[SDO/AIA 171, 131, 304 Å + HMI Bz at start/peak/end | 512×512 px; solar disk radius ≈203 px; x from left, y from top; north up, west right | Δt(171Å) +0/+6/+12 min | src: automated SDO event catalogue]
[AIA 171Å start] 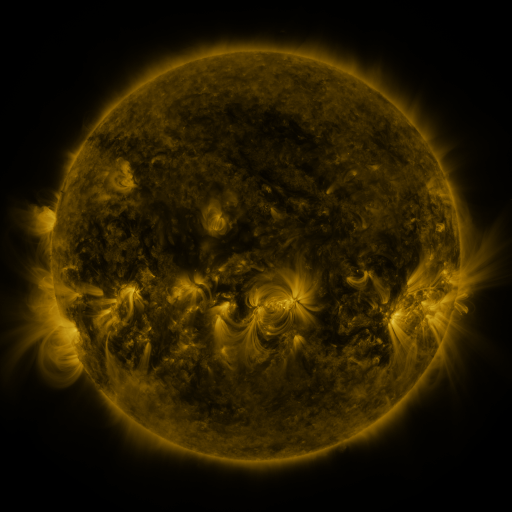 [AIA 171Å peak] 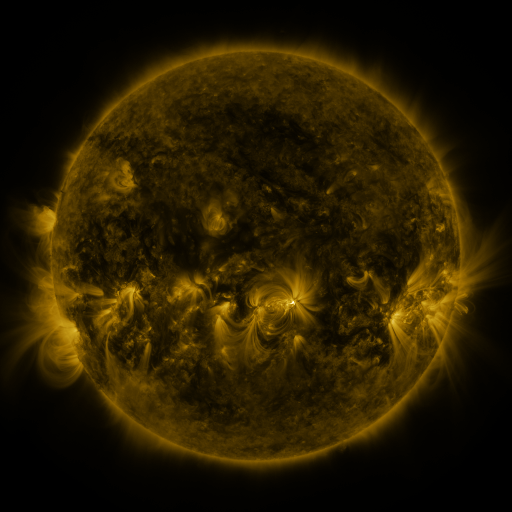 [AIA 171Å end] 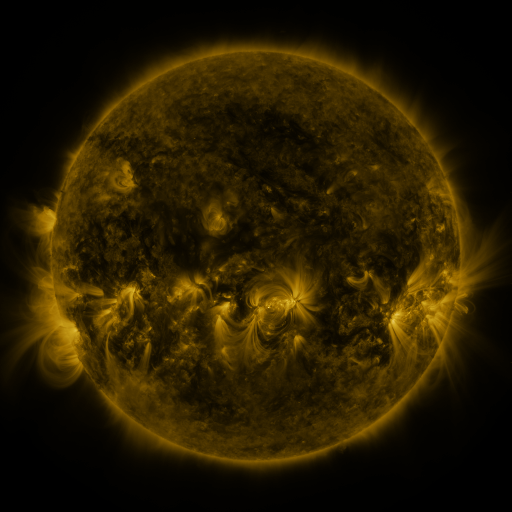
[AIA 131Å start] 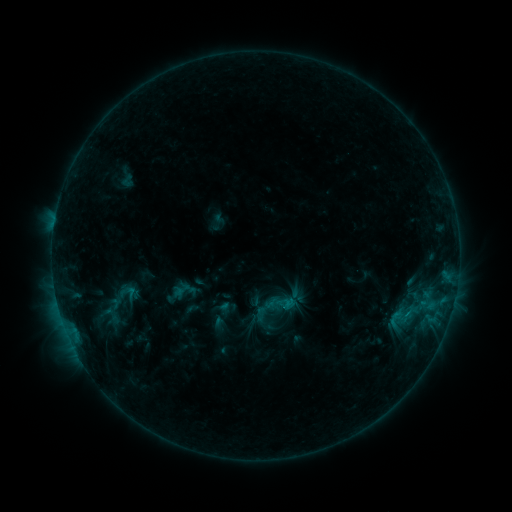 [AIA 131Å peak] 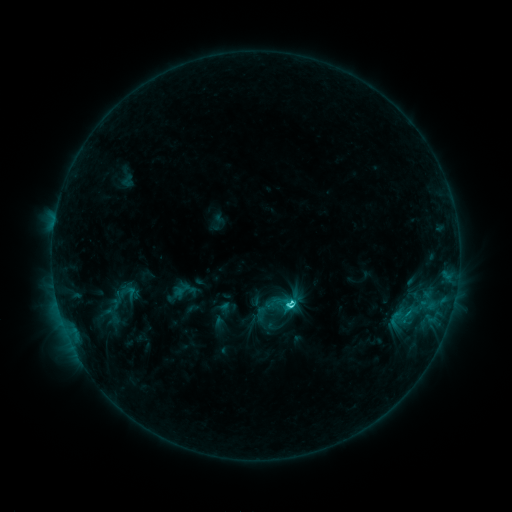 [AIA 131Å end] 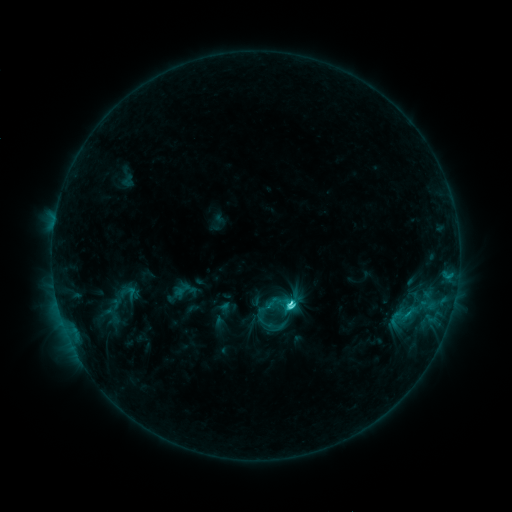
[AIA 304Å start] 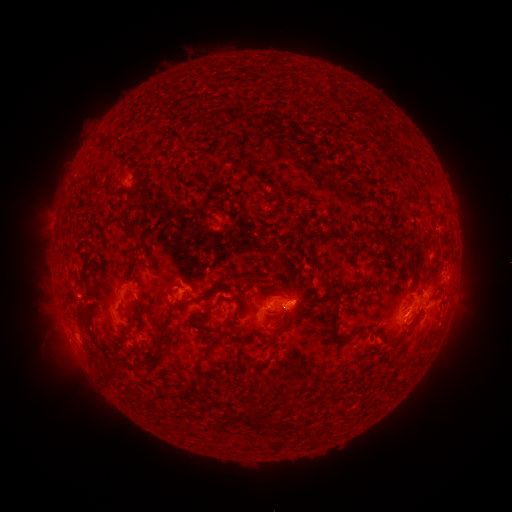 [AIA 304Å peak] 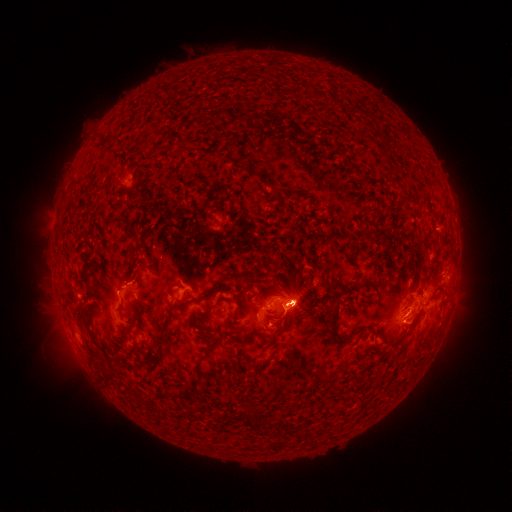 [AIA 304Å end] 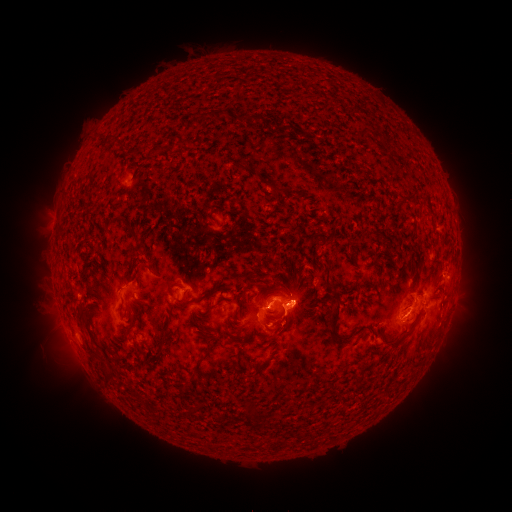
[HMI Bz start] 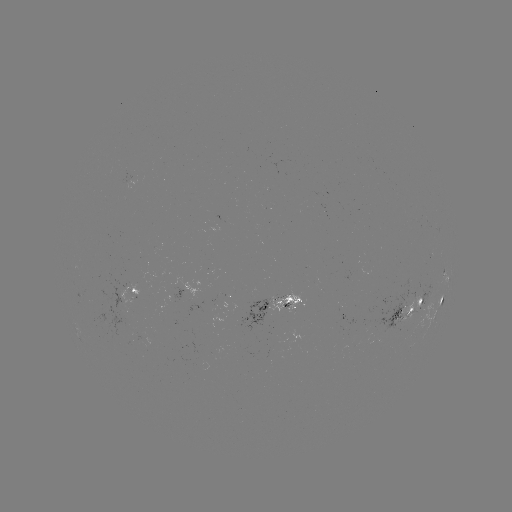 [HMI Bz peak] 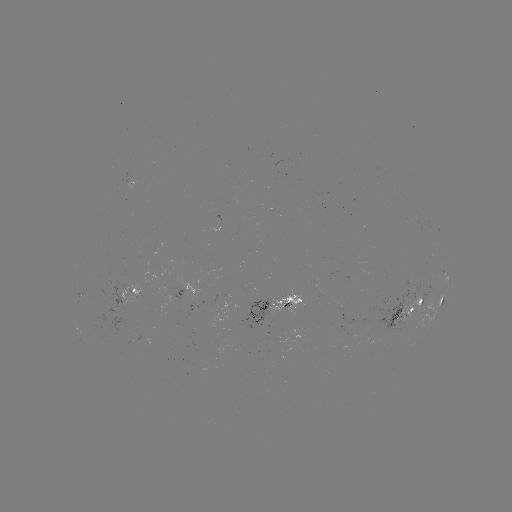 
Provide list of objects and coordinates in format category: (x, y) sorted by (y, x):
C4.6 flare: (290, 302)
